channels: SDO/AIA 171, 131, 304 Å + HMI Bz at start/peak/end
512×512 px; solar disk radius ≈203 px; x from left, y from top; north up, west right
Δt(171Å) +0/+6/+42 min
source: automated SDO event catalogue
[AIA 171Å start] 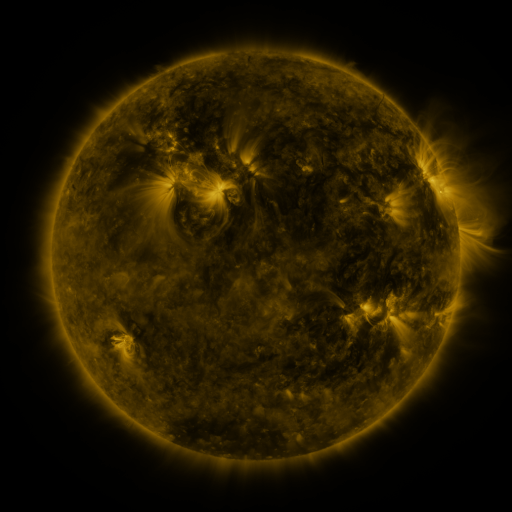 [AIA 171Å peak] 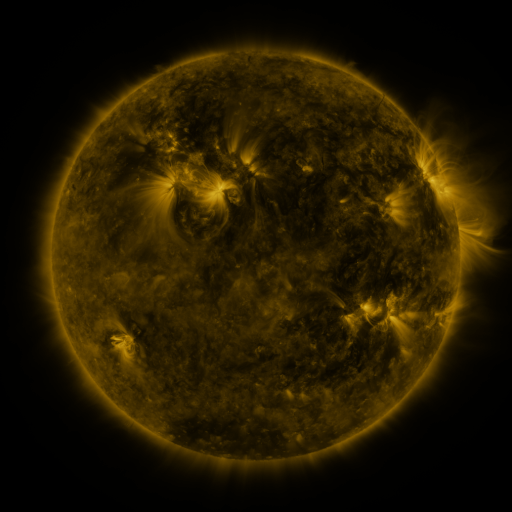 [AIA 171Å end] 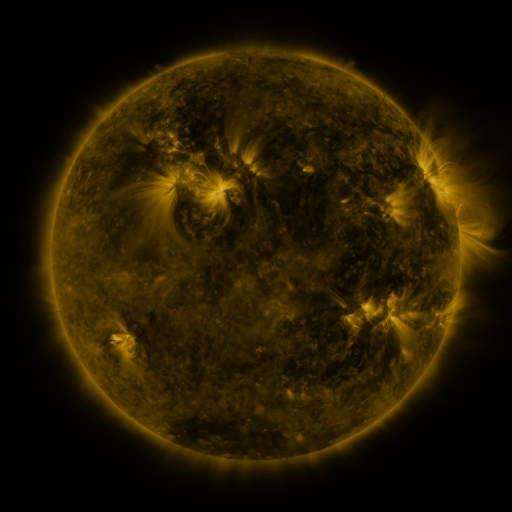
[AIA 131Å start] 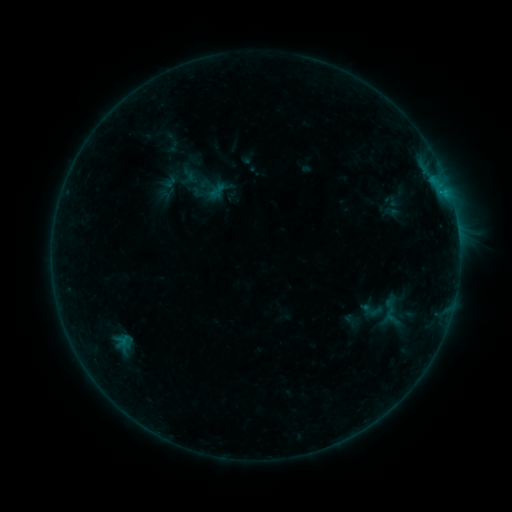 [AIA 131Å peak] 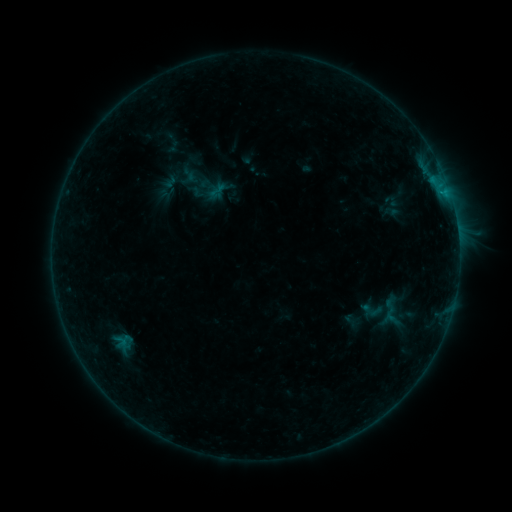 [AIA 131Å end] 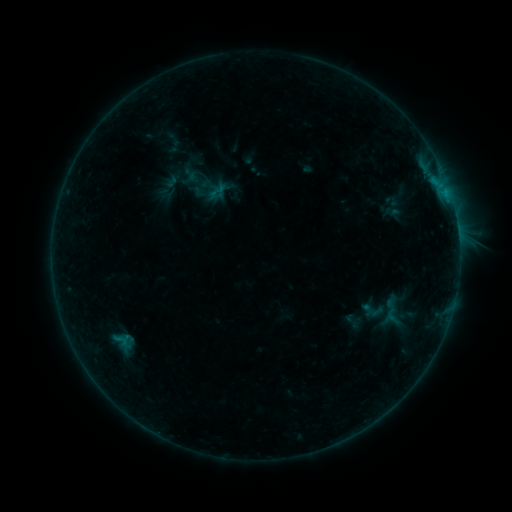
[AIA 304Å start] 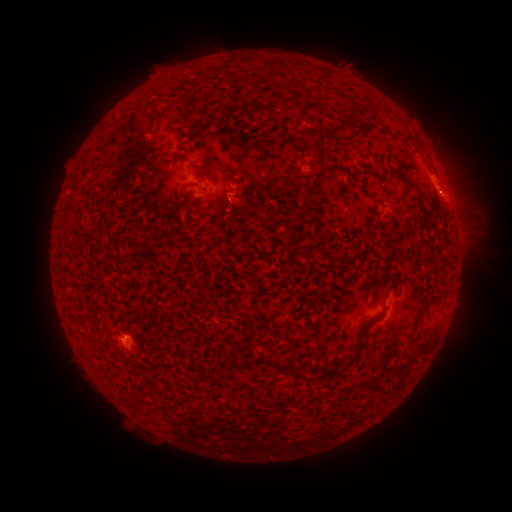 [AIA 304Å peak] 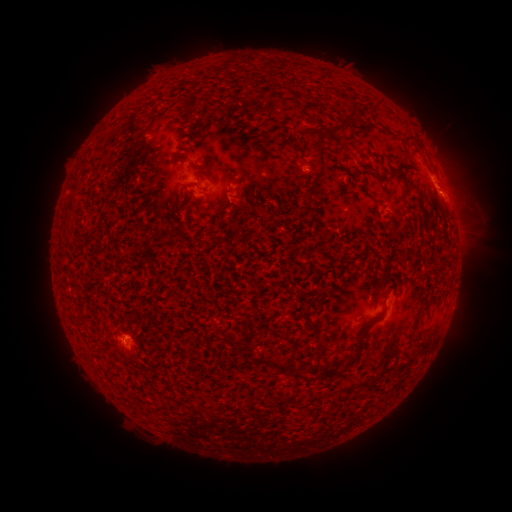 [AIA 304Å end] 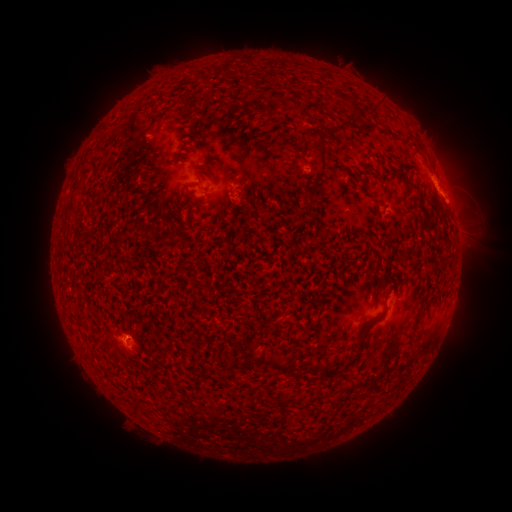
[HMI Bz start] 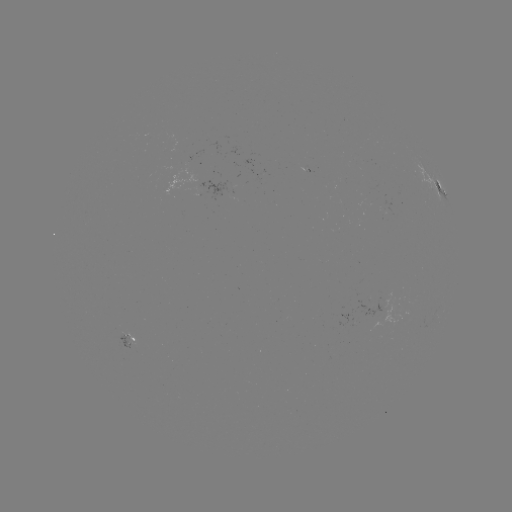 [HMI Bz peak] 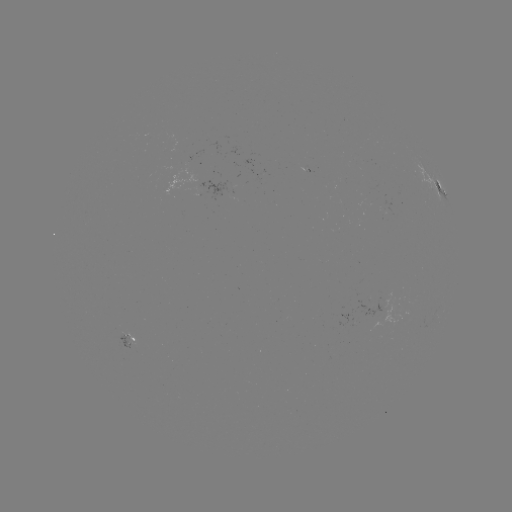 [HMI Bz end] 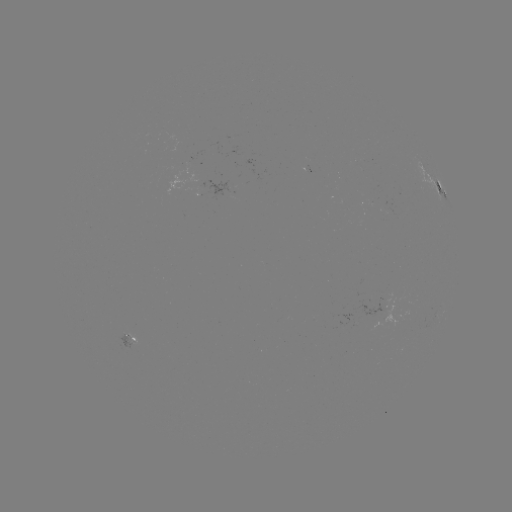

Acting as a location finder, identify emerging-flux region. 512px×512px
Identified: (128, 343).